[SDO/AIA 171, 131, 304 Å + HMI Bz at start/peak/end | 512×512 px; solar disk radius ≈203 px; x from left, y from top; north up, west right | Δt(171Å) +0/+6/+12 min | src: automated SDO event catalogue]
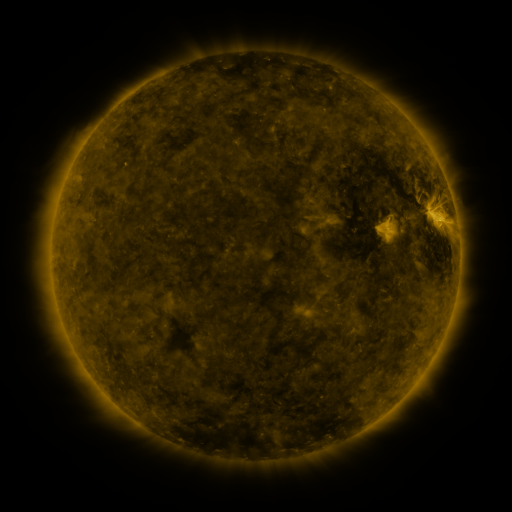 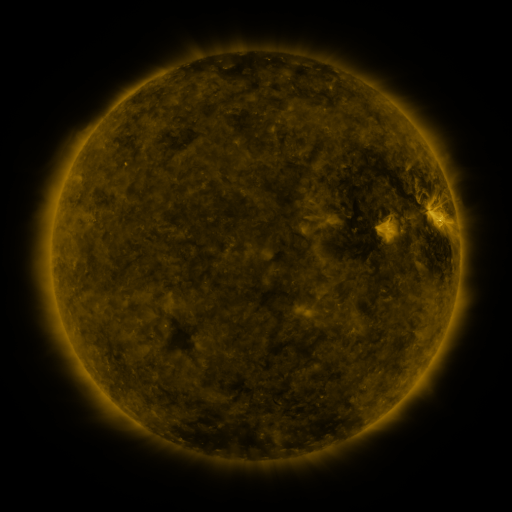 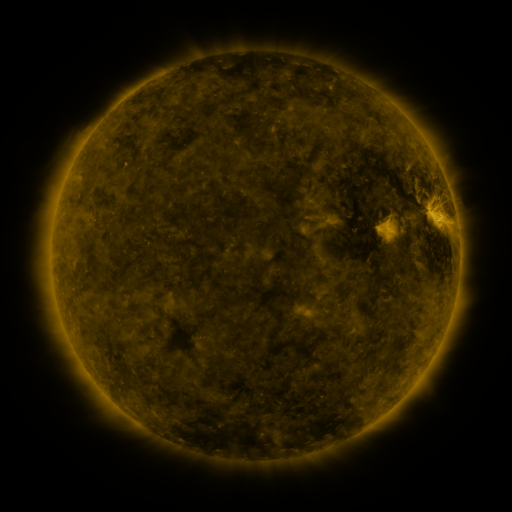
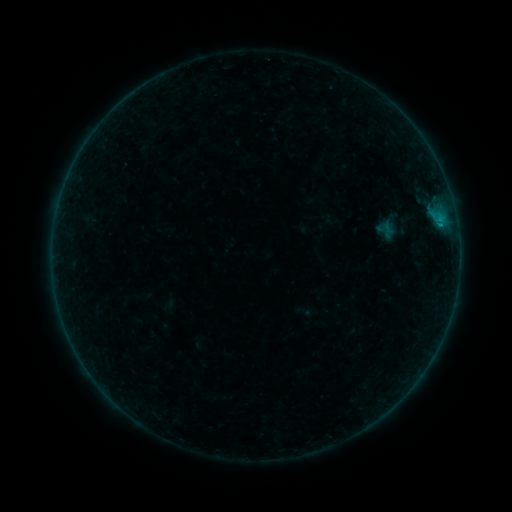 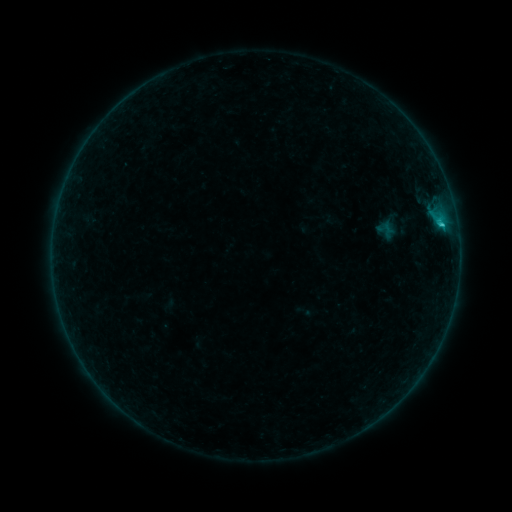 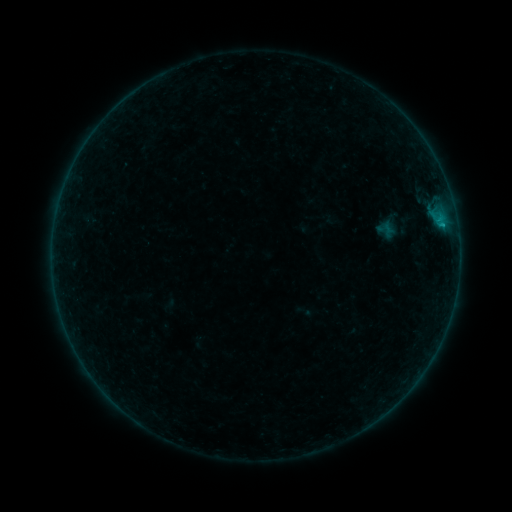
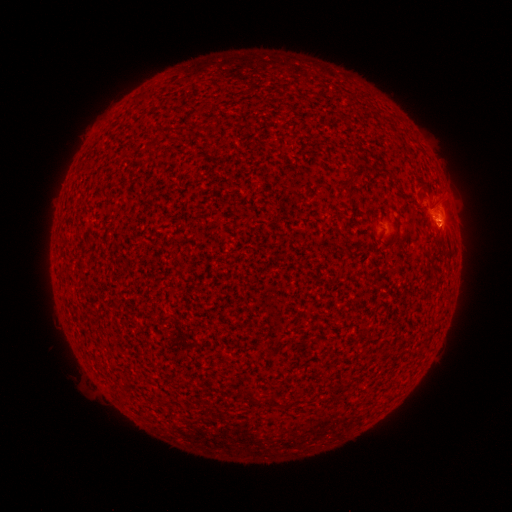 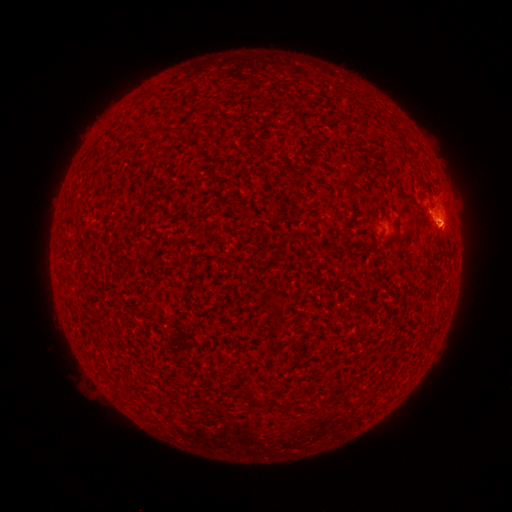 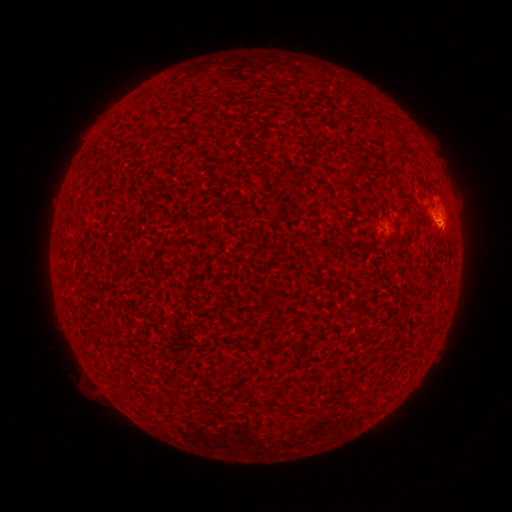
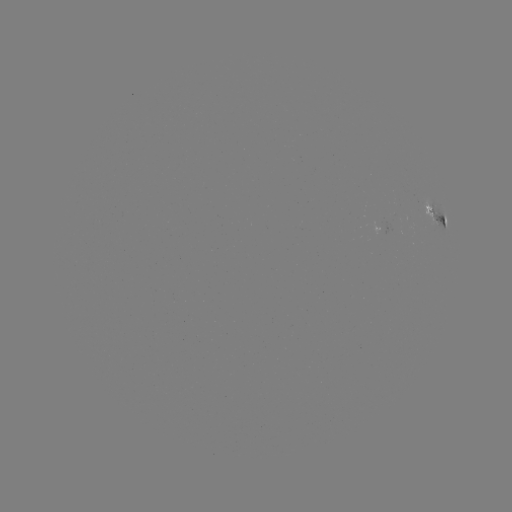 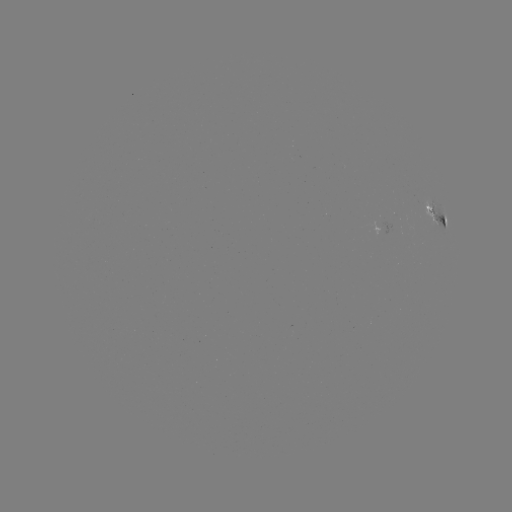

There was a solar flare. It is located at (440, 224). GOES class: B6.6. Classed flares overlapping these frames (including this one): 1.